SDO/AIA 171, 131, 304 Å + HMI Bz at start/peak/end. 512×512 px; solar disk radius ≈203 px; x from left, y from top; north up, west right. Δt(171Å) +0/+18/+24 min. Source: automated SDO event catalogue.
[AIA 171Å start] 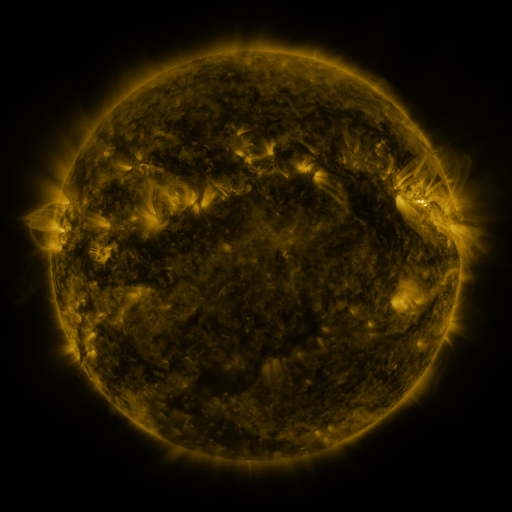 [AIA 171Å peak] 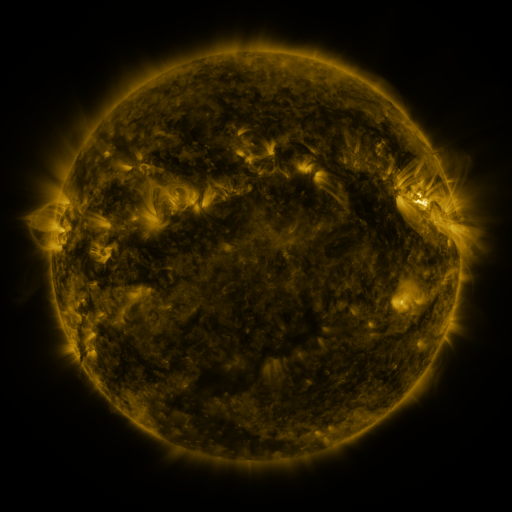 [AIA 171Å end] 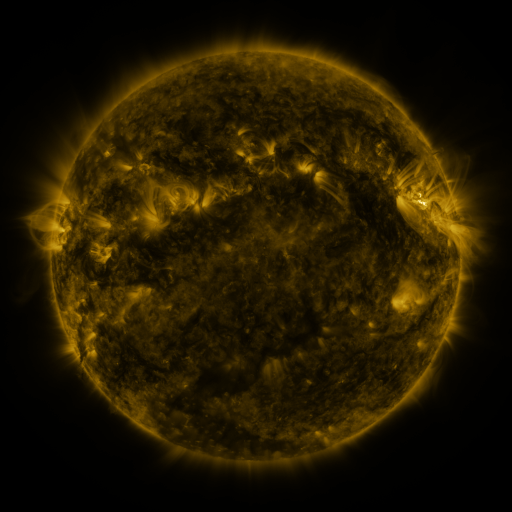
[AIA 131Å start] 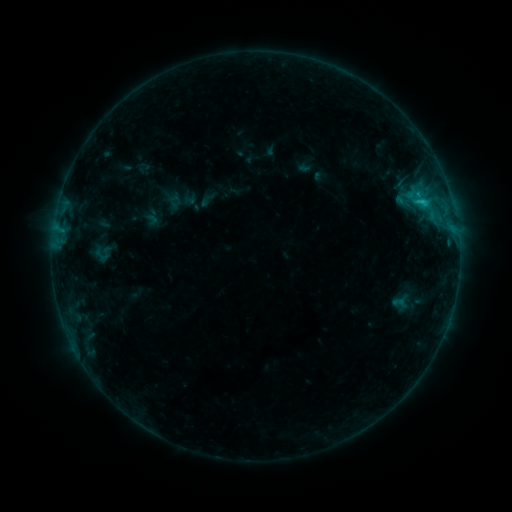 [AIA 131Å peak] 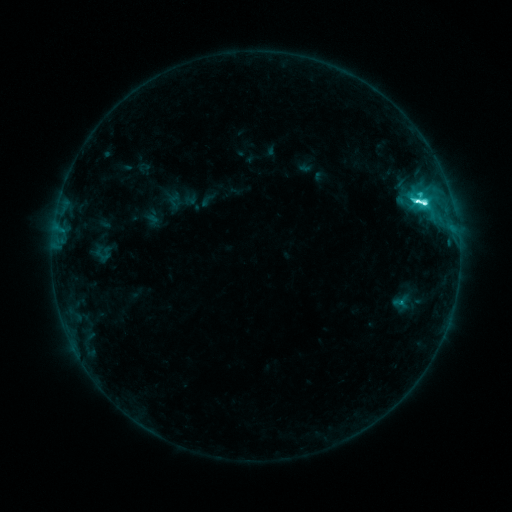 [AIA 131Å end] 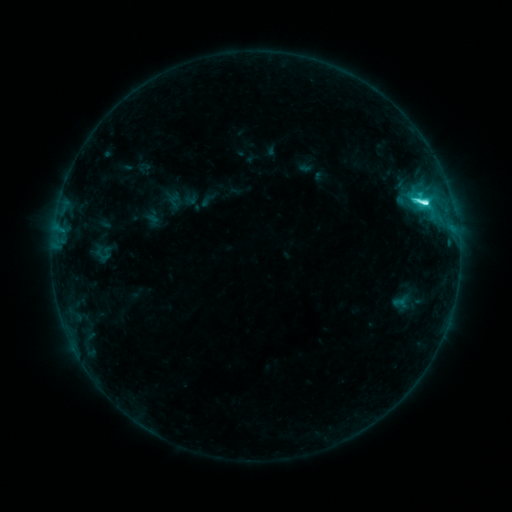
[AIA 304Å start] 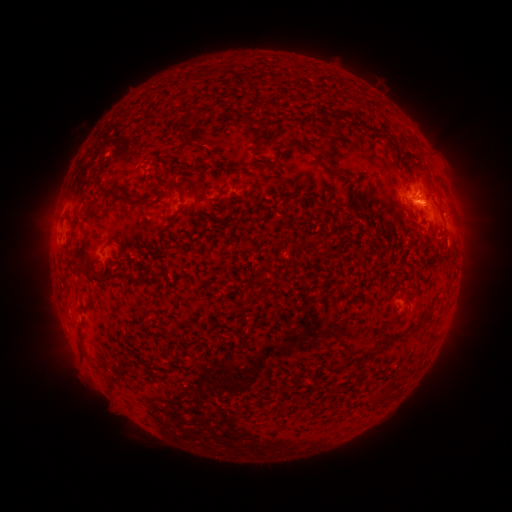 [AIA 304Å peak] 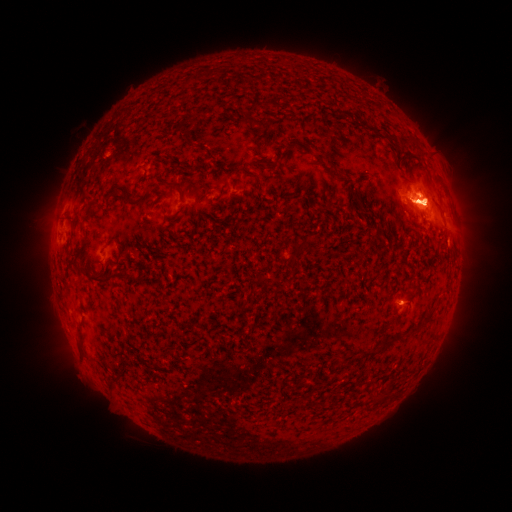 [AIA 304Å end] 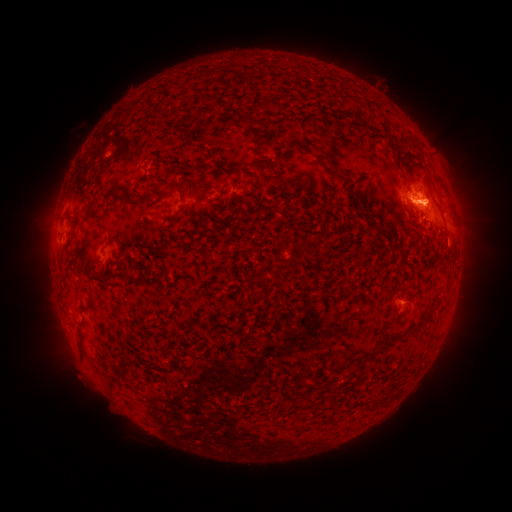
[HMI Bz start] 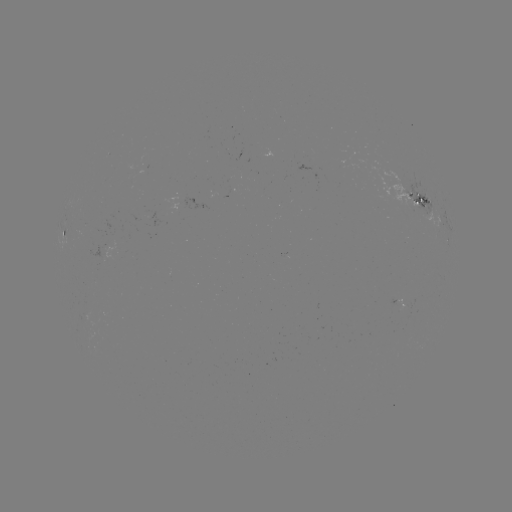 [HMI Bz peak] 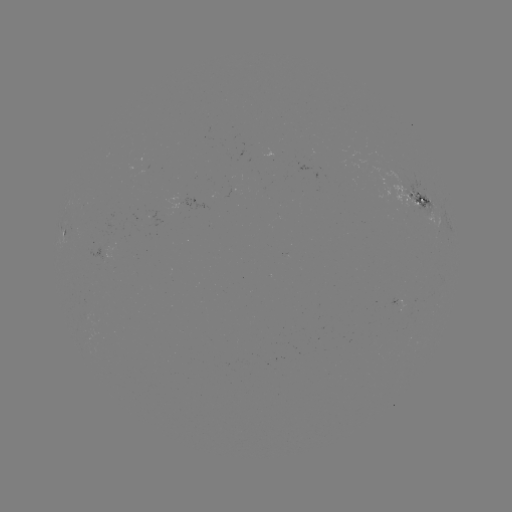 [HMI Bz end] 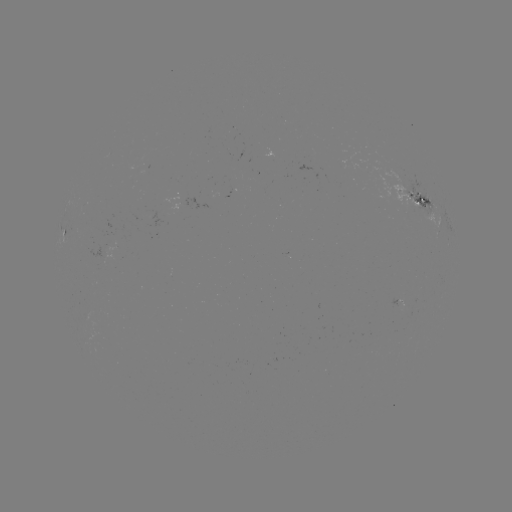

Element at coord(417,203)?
M1.1 flare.